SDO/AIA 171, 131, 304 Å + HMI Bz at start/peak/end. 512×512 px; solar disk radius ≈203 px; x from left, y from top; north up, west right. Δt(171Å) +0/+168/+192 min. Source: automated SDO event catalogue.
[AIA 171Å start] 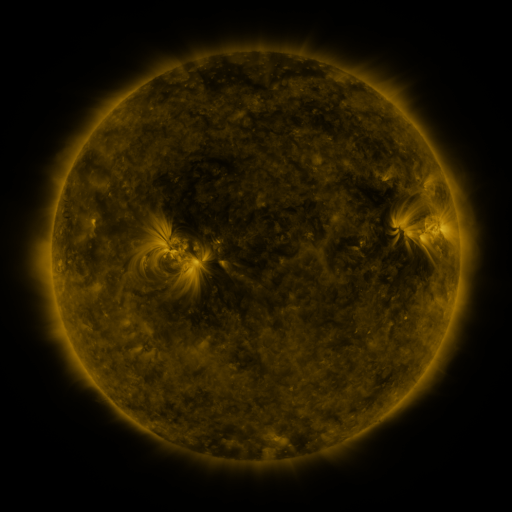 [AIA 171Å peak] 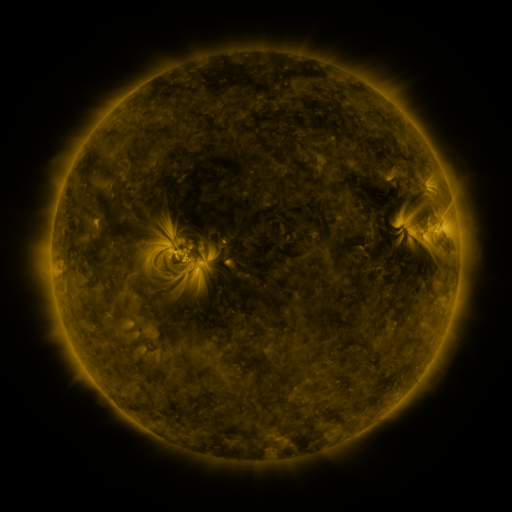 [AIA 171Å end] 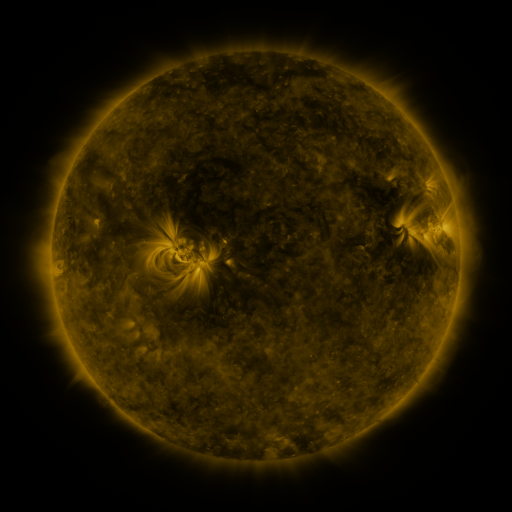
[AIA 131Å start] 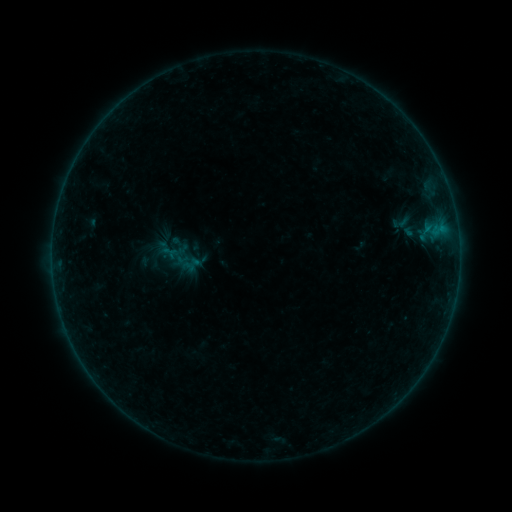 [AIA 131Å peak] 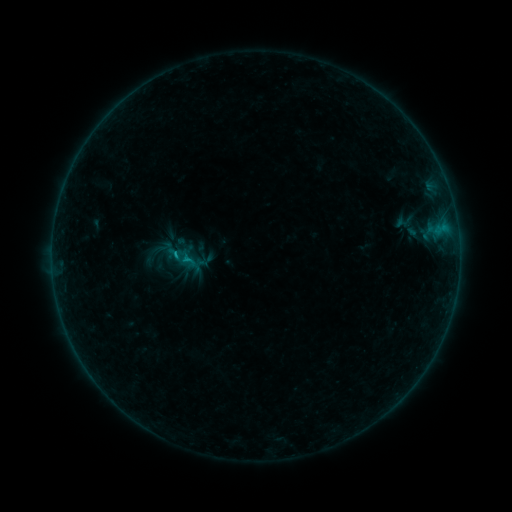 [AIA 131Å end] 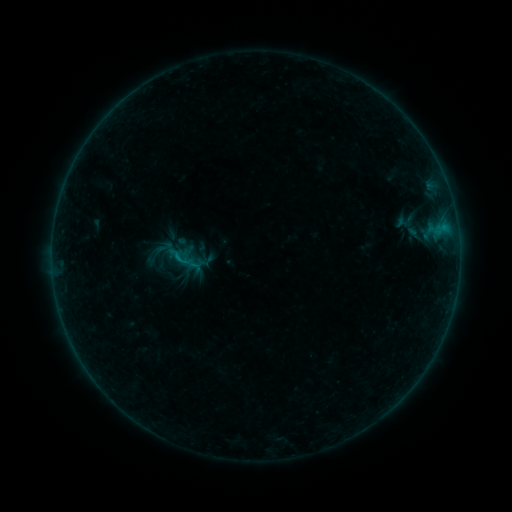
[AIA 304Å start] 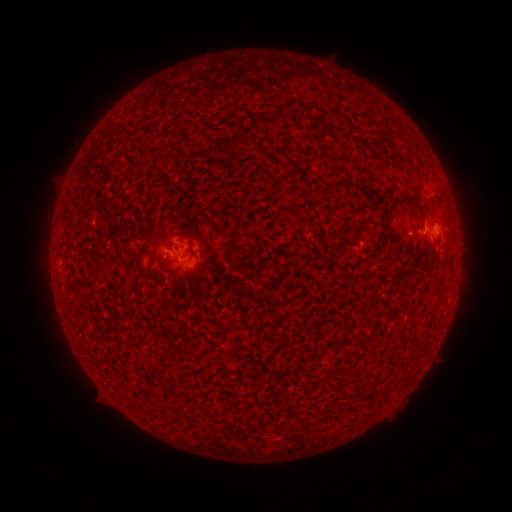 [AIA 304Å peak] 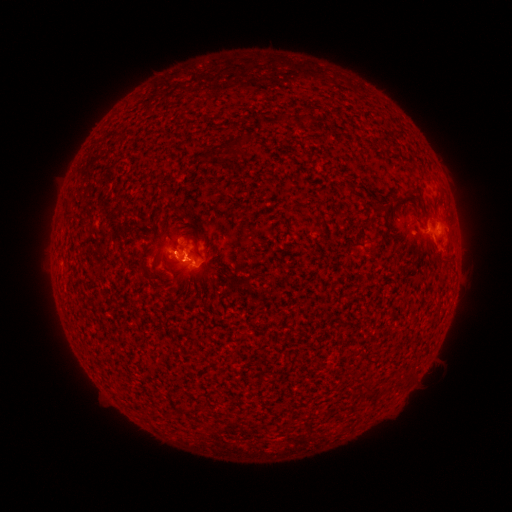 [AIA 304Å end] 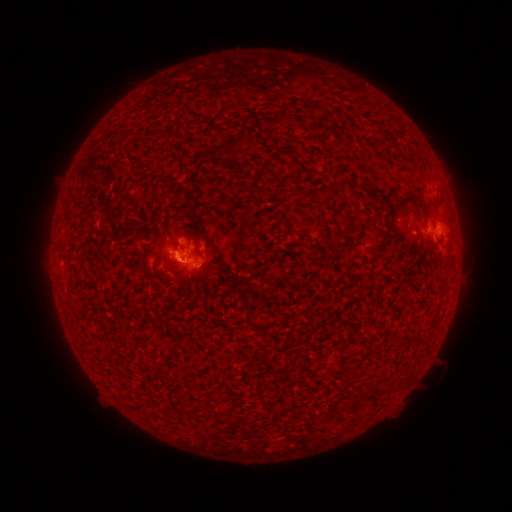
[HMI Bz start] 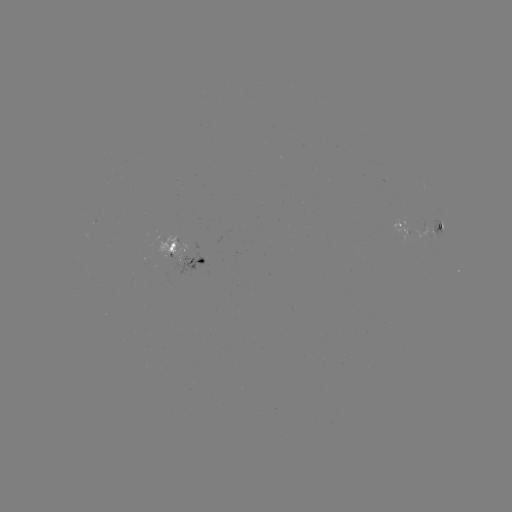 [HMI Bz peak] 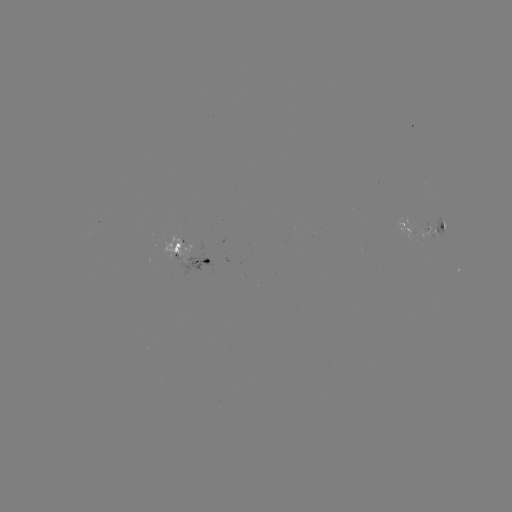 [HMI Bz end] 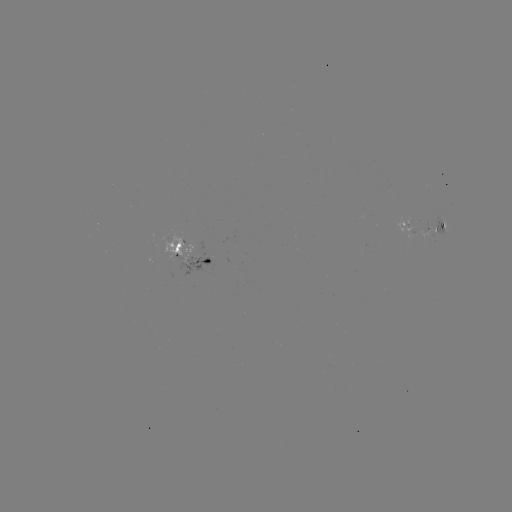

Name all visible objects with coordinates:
emerging-flux region: (171, 242)
